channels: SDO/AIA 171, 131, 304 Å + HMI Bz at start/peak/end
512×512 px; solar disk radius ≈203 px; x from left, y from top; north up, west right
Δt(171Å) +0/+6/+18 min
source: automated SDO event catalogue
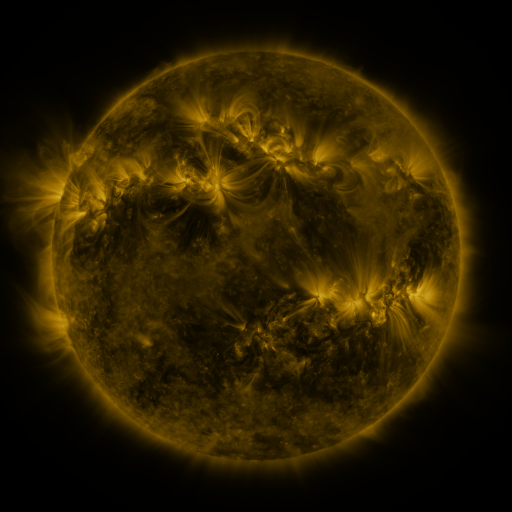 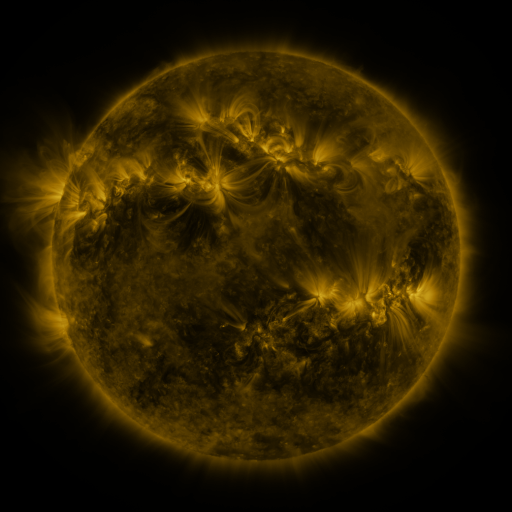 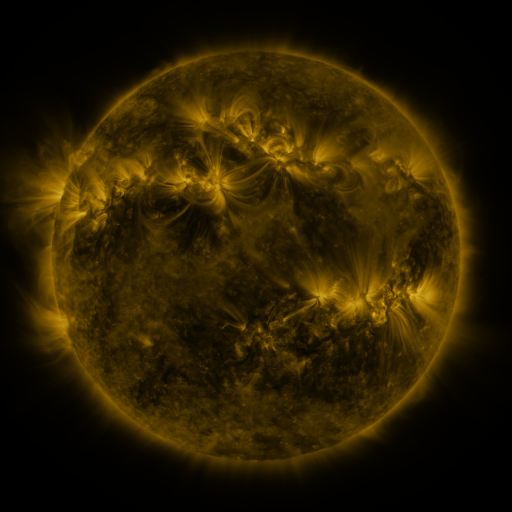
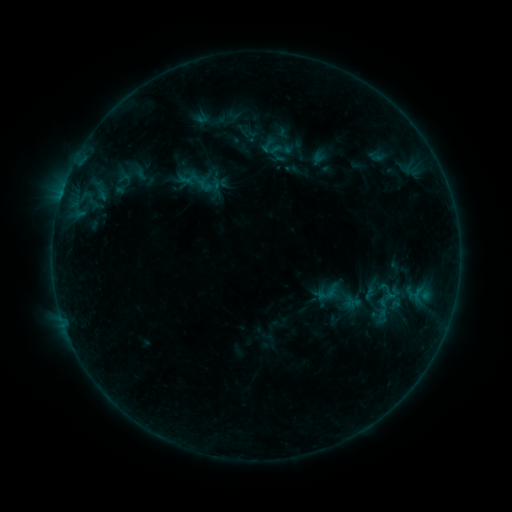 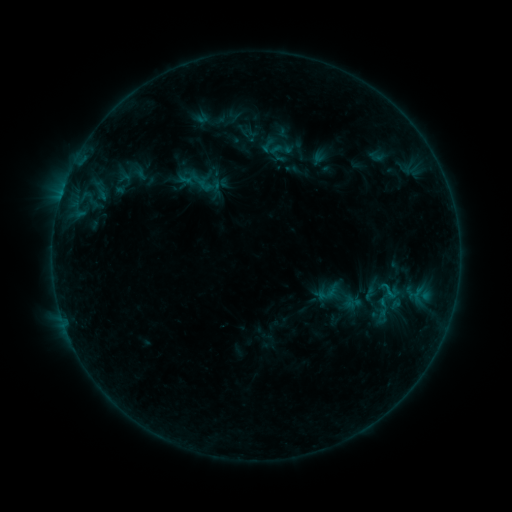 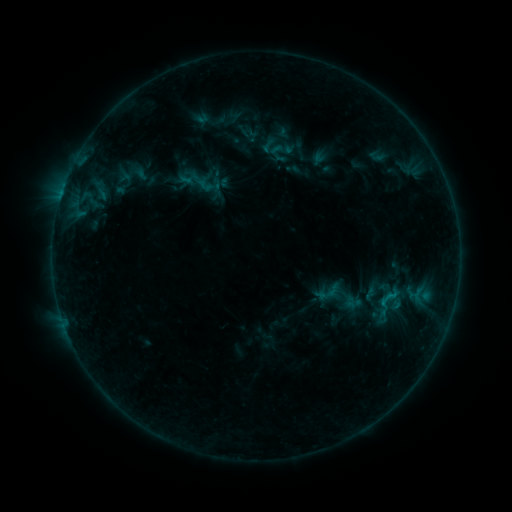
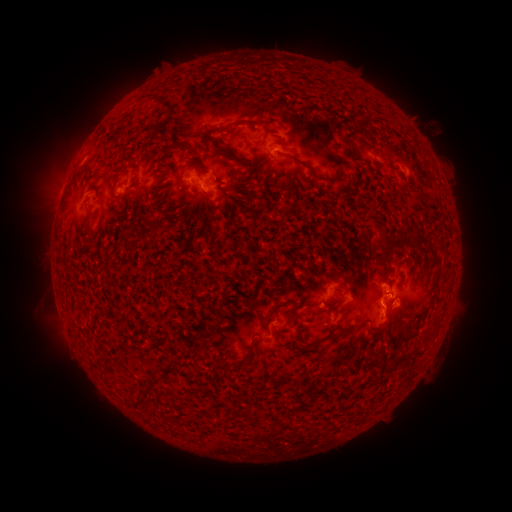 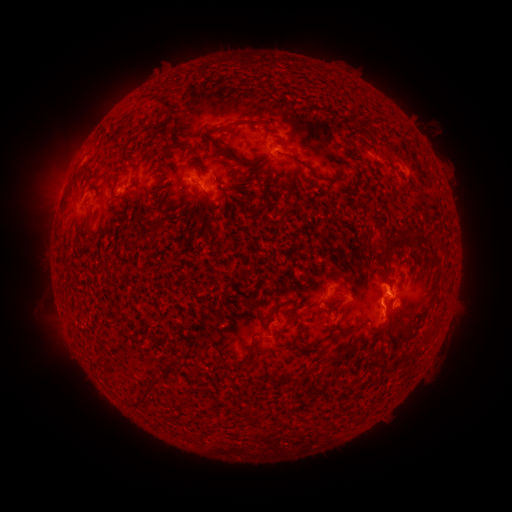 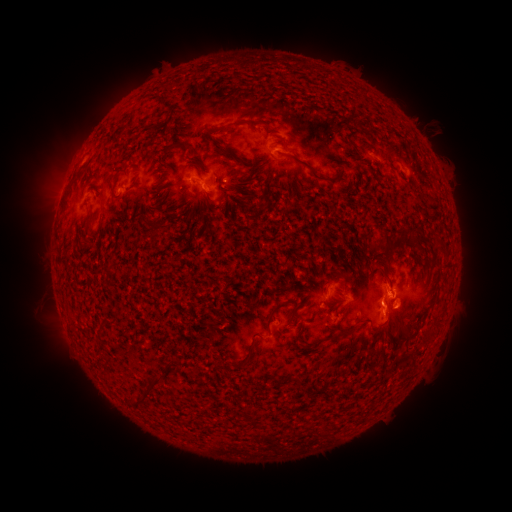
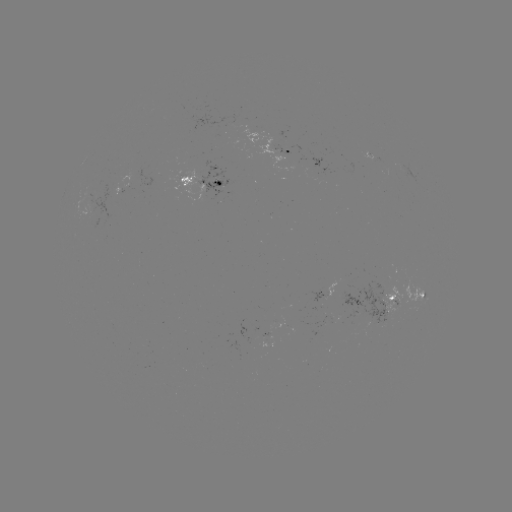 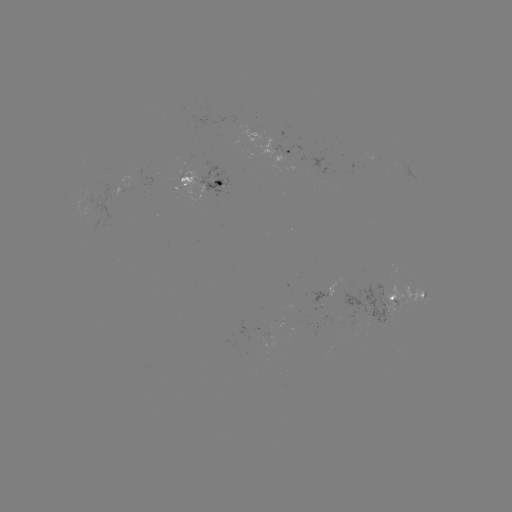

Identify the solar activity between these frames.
B7.0 flare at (380, 301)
